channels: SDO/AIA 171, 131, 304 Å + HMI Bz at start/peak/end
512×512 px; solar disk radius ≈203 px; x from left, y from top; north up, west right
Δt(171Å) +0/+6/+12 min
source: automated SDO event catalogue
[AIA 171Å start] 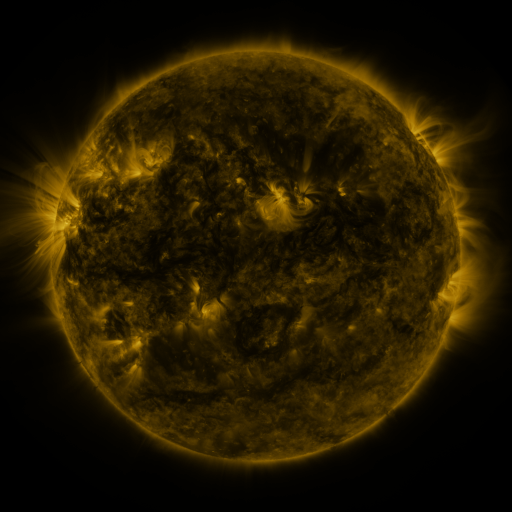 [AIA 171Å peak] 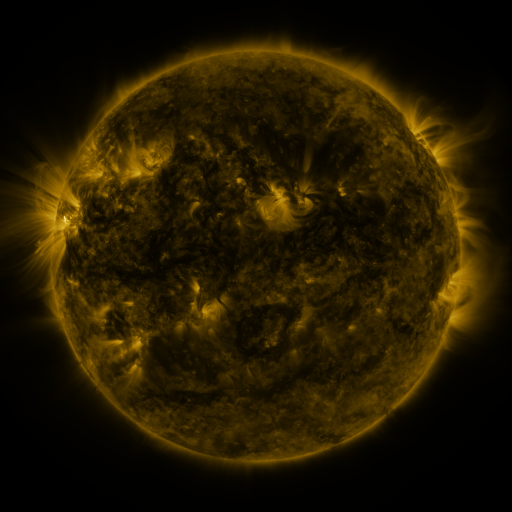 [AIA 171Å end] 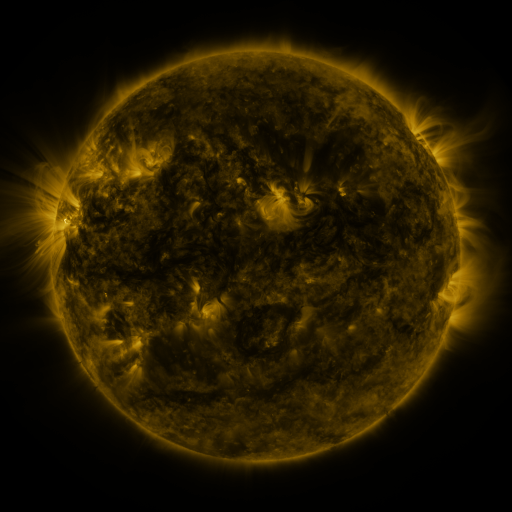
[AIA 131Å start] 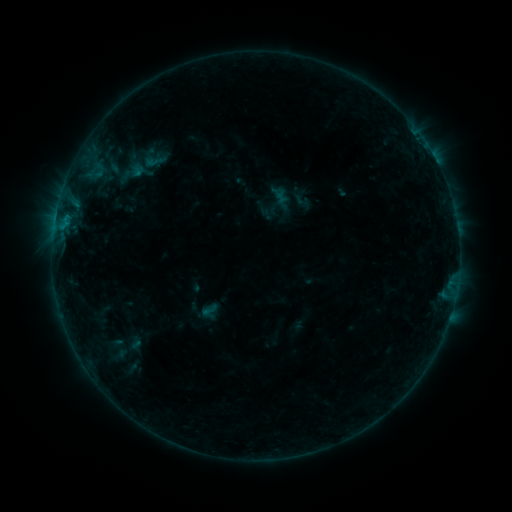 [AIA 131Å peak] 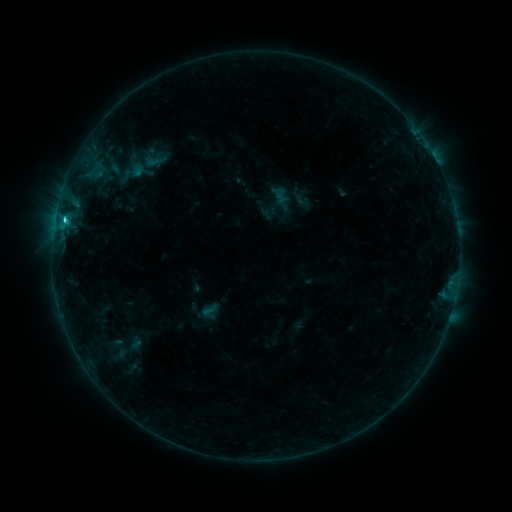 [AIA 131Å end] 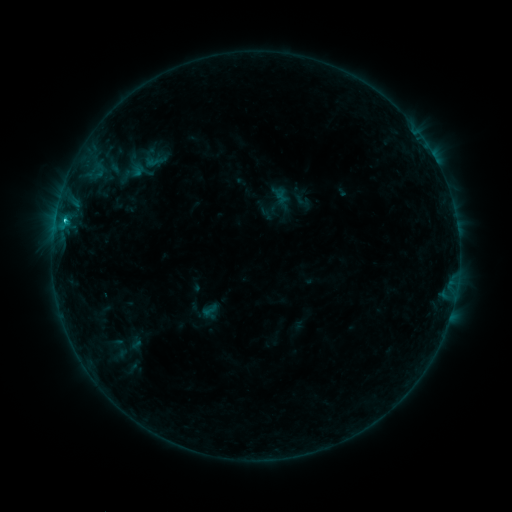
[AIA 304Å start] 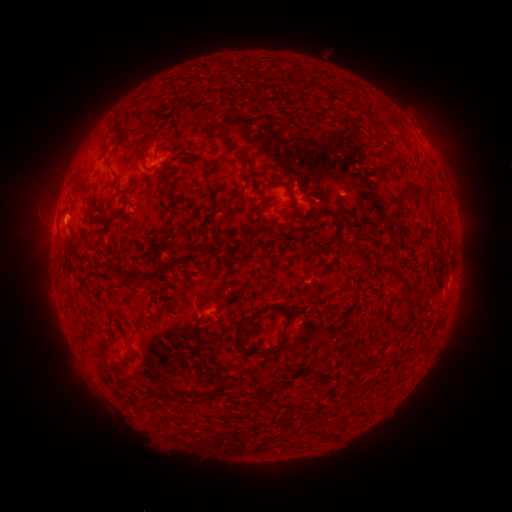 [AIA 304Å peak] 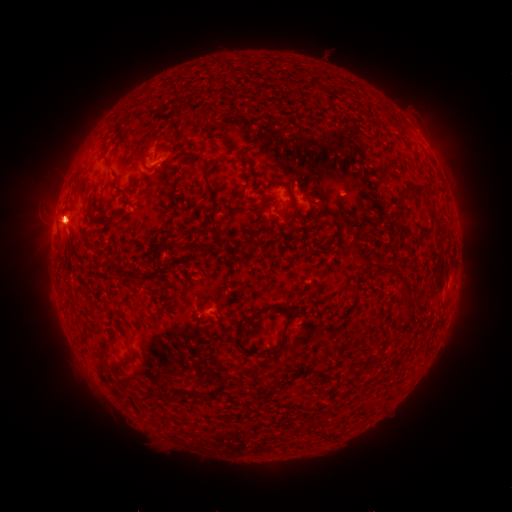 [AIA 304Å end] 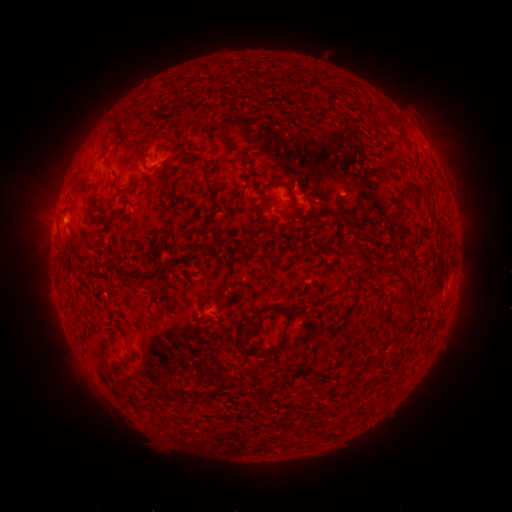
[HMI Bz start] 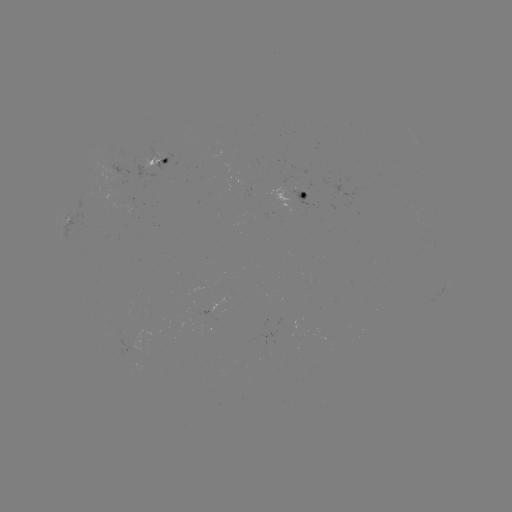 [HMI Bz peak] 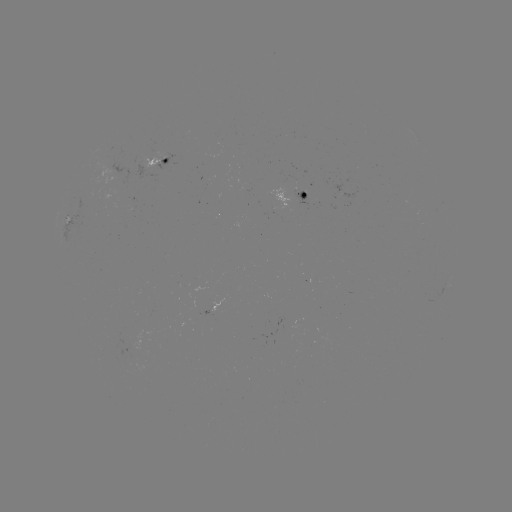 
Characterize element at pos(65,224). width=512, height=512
C1.9 flare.